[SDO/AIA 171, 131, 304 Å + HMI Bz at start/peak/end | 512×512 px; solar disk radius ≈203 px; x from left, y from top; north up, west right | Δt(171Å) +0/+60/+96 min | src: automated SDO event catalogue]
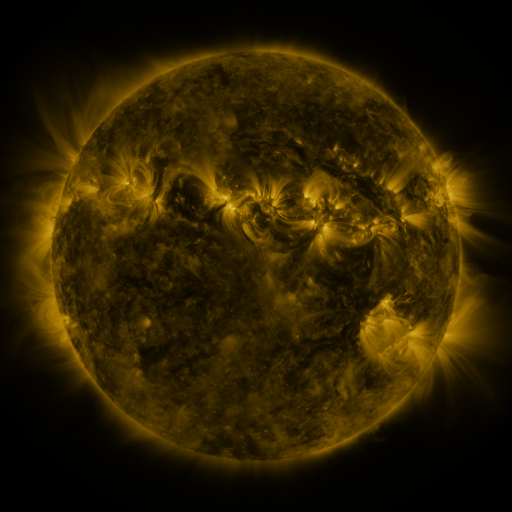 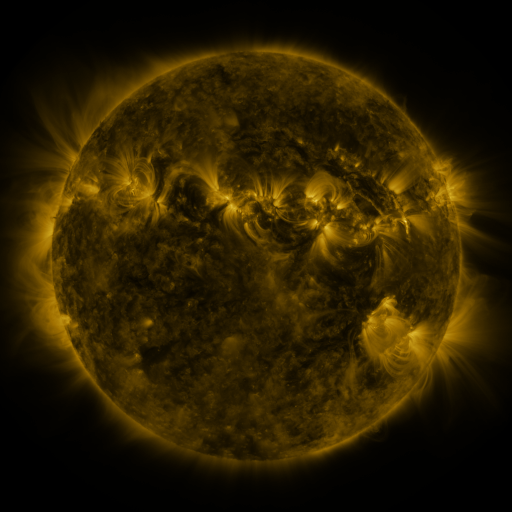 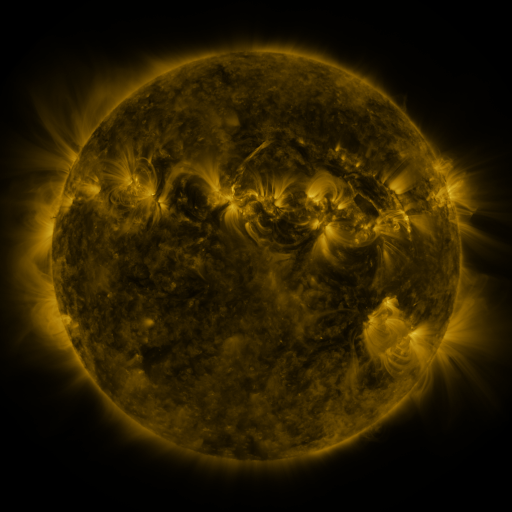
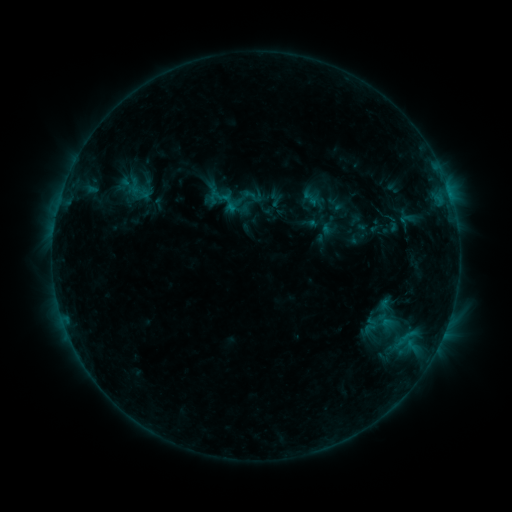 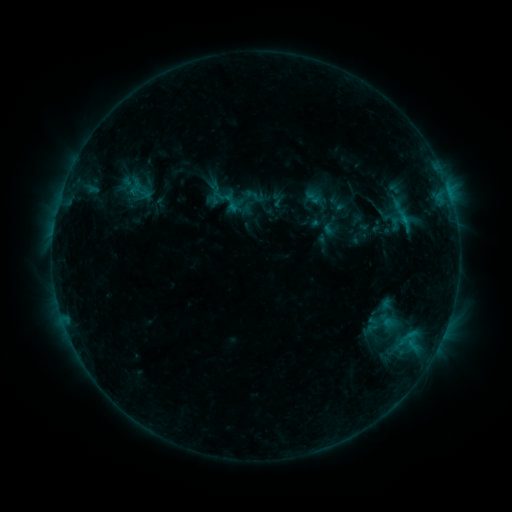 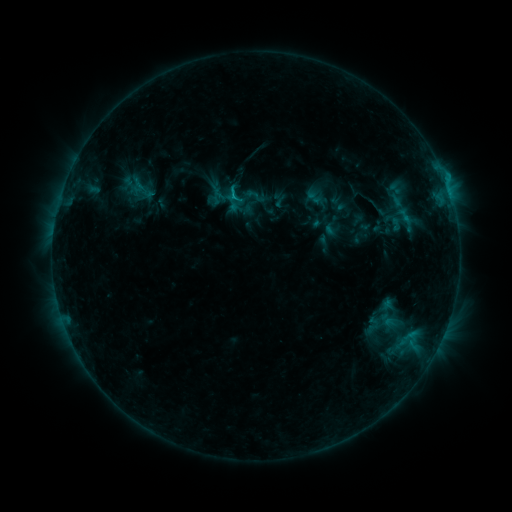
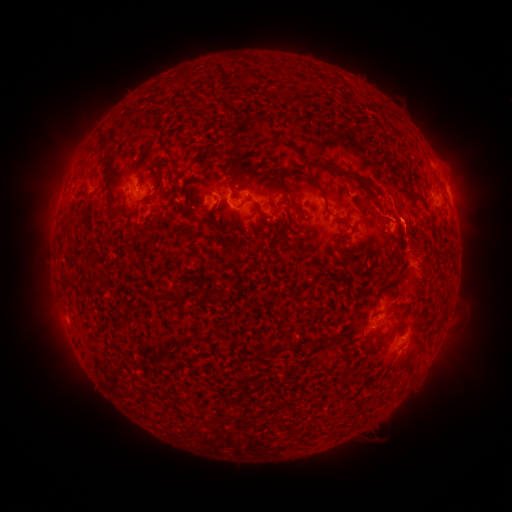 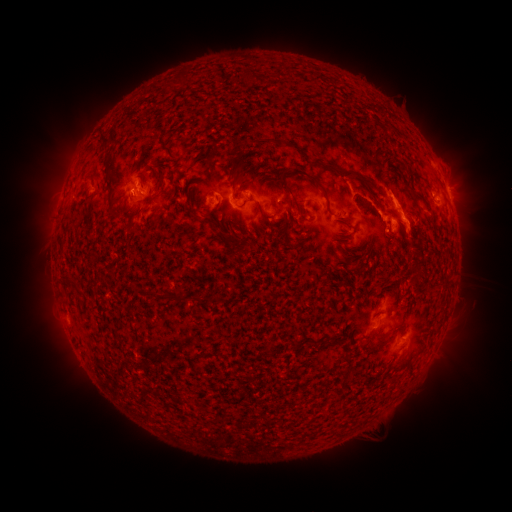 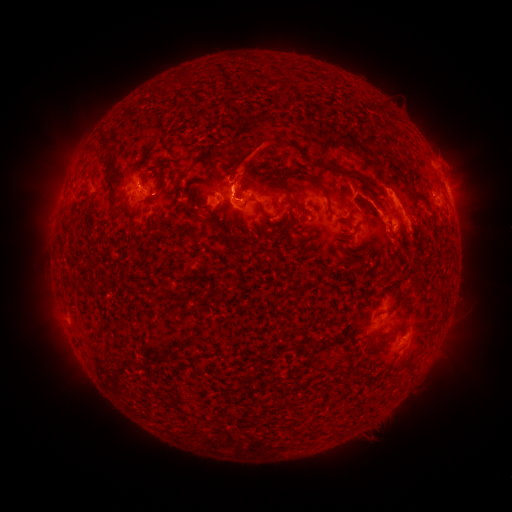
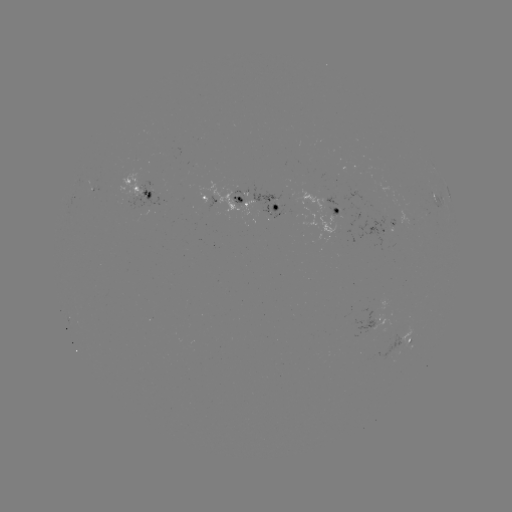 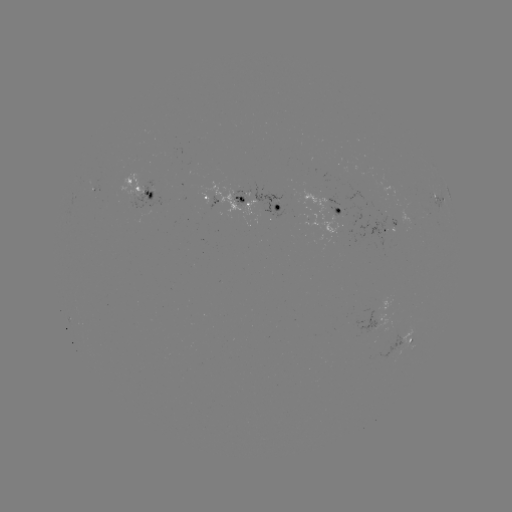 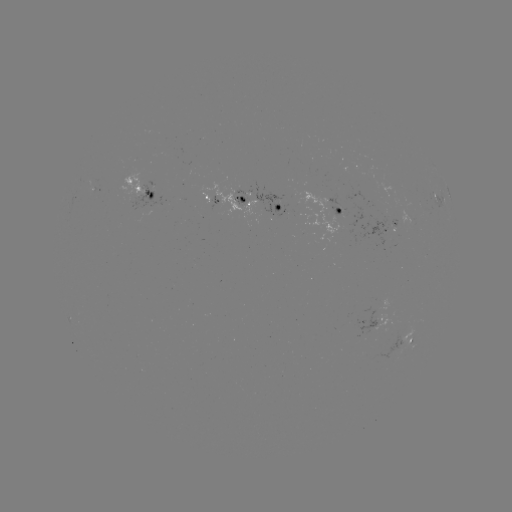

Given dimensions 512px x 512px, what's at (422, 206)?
emerging-flux region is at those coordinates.